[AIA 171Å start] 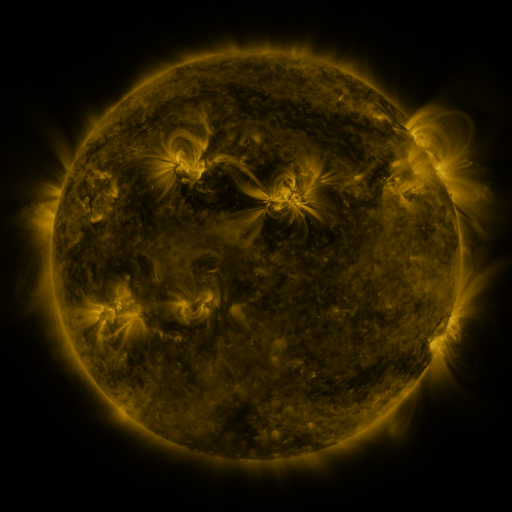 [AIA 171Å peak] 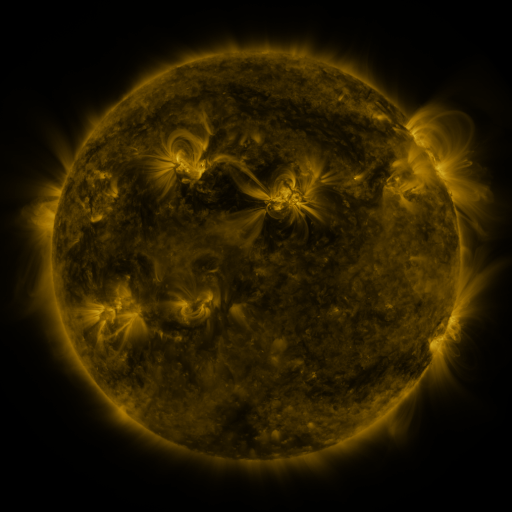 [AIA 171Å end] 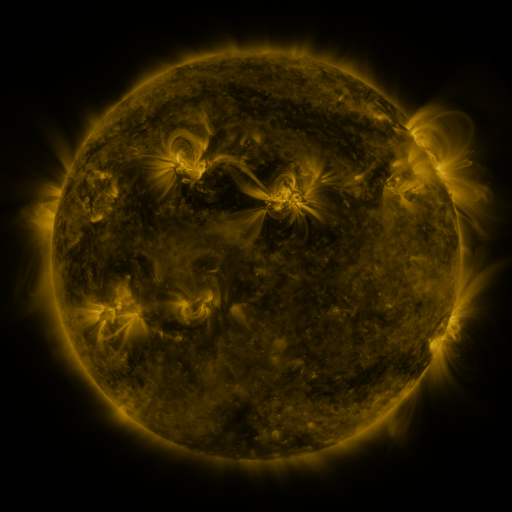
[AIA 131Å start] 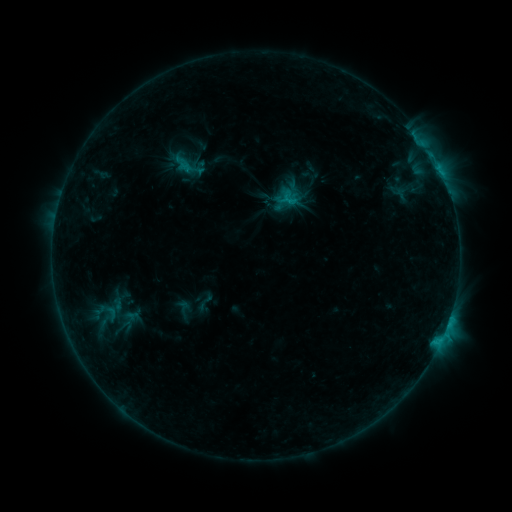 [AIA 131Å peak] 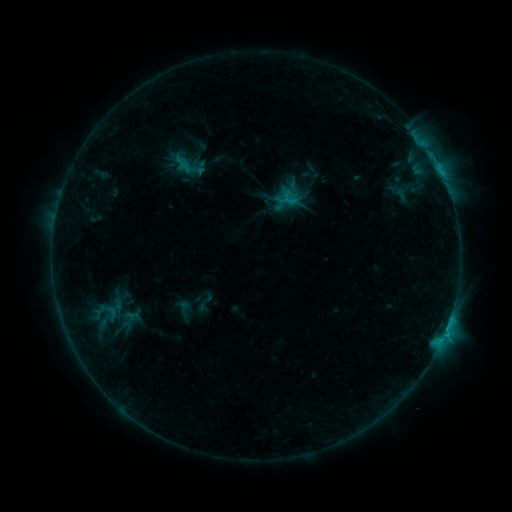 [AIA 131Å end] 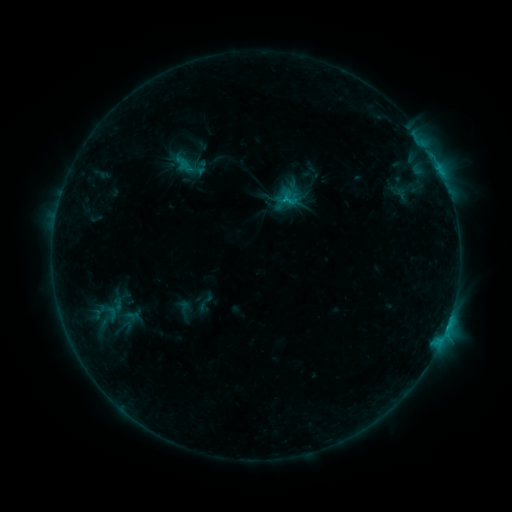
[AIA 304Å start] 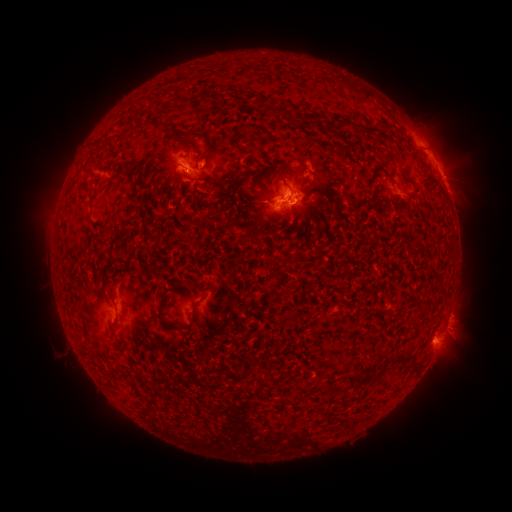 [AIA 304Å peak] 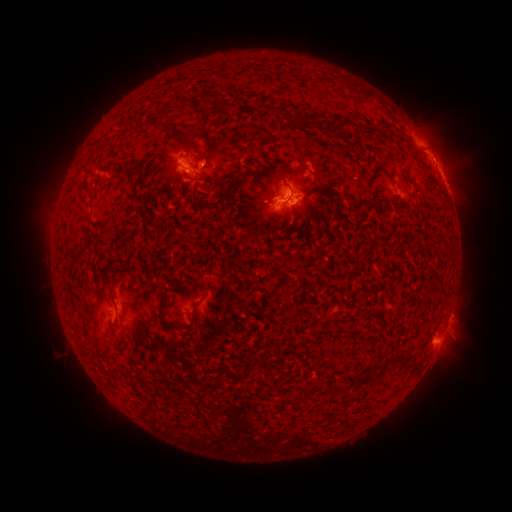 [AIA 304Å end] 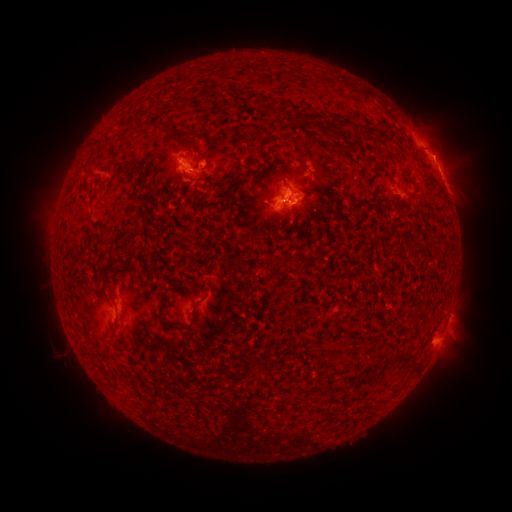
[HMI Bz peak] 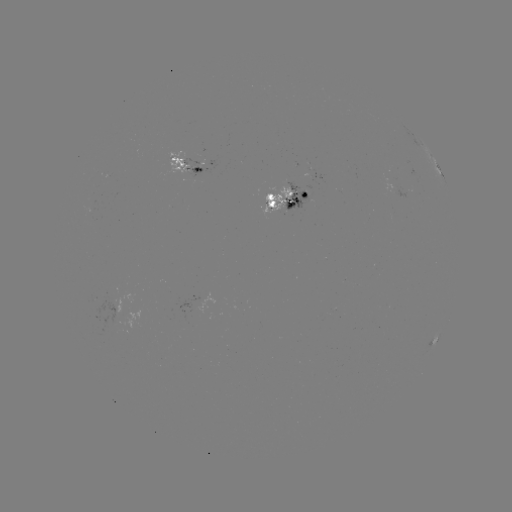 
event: eruption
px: (445, 149)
